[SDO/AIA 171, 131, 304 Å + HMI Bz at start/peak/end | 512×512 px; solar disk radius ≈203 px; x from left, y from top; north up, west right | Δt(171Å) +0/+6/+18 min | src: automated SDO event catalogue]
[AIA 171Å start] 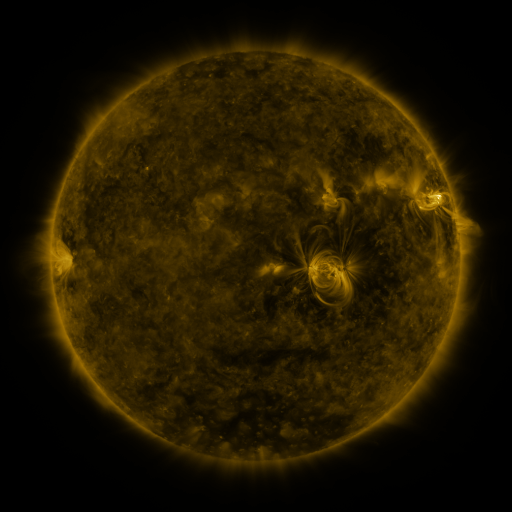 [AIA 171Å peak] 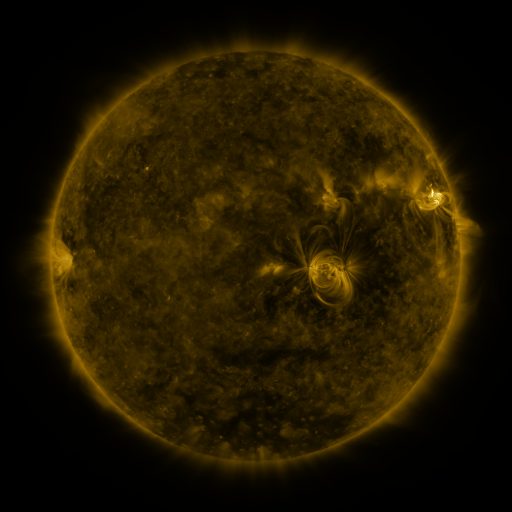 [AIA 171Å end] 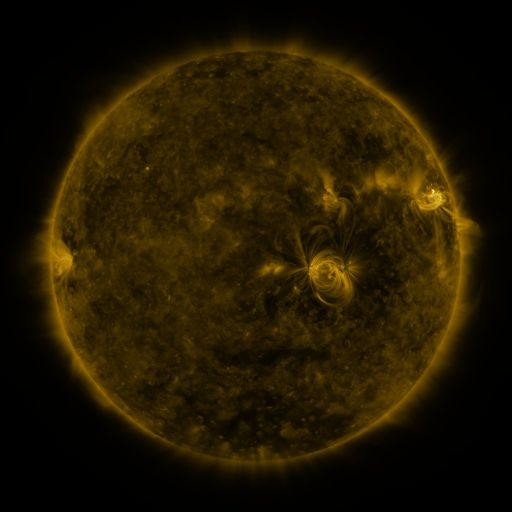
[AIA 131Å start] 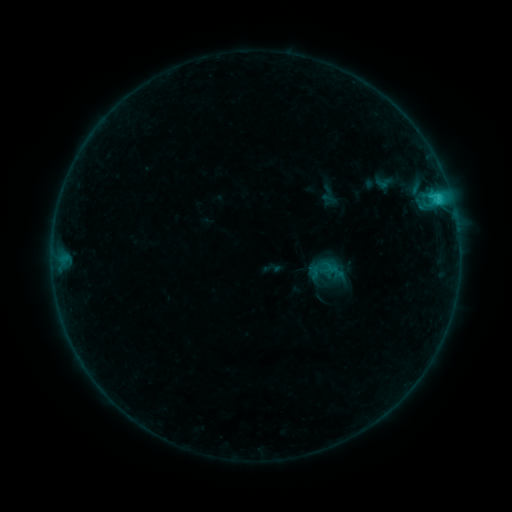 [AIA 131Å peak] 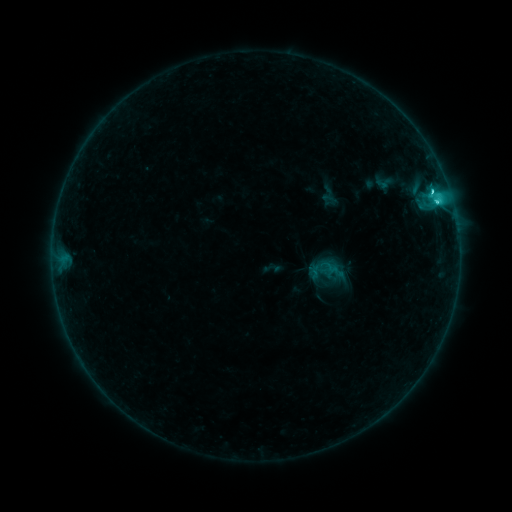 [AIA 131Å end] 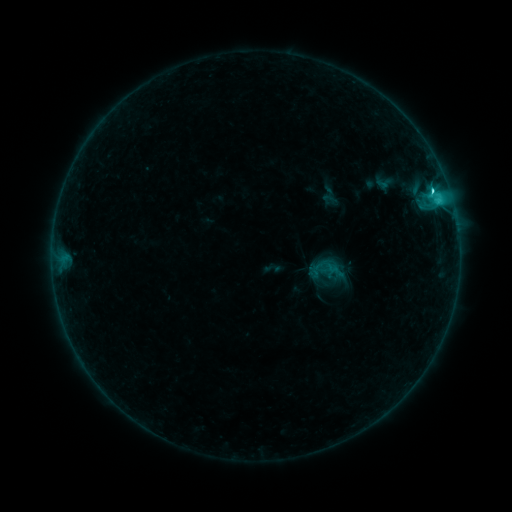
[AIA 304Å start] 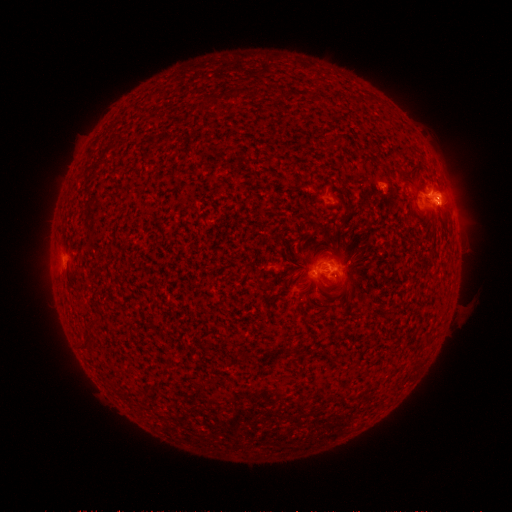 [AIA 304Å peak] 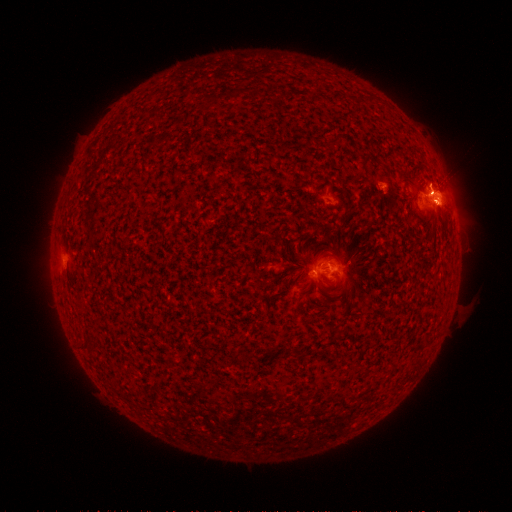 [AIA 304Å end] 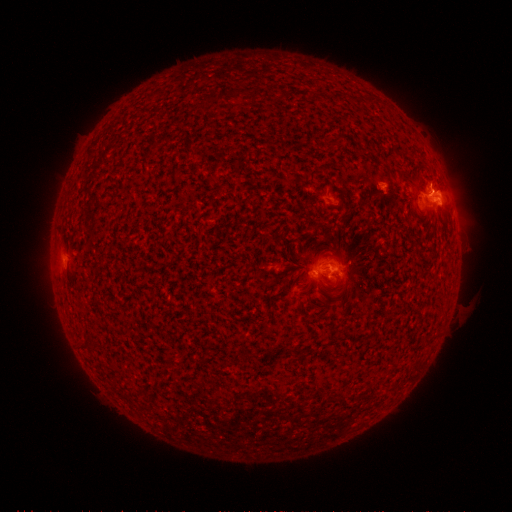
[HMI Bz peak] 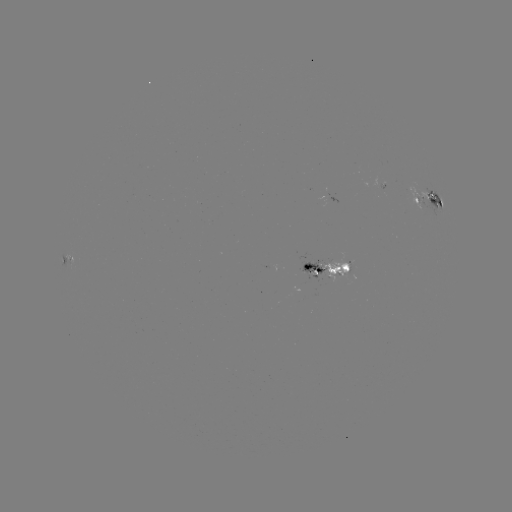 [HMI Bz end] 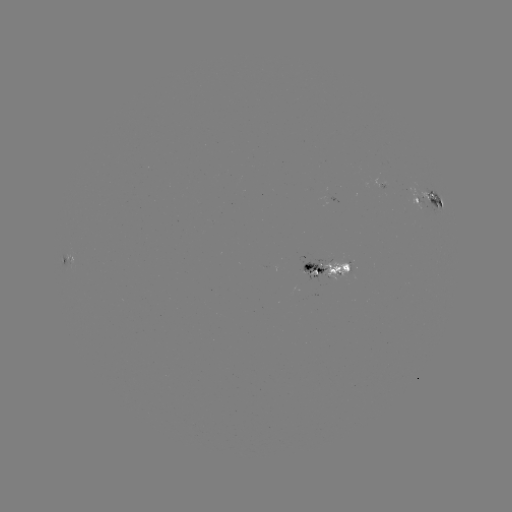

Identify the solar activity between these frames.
C3.0 flare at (432, 193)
